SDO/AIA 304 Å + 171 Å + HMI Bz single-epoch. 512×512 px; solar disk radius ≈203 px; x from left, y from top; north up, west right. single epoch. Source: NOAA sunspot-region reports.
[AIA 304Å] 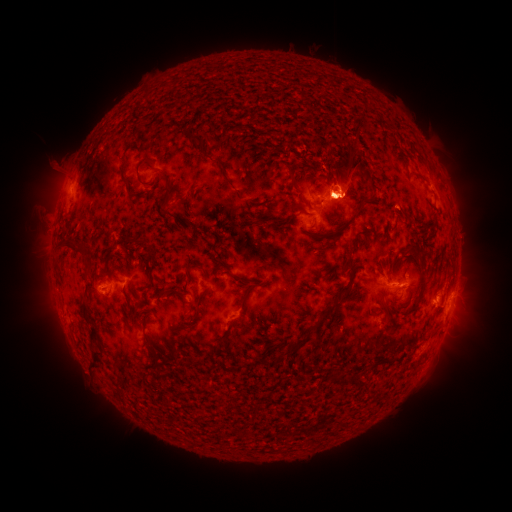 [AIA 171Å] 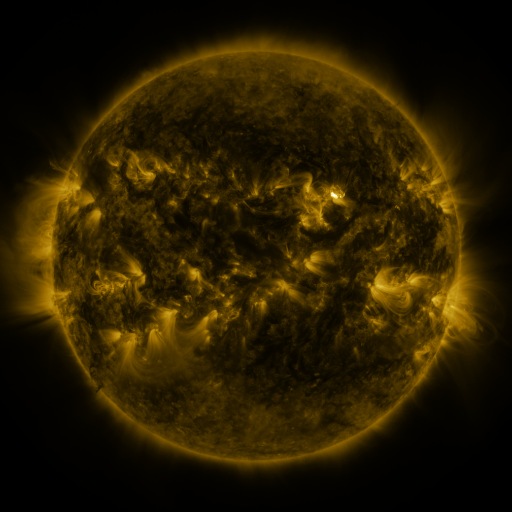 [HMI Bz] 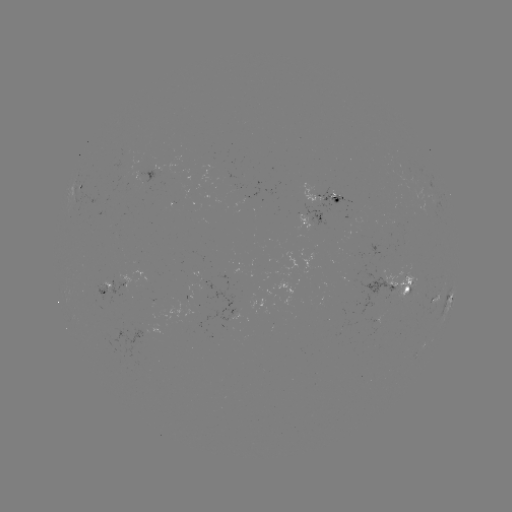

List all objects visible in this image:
spotted active region: (80, 190)
spotted active region: (324, 198)
spotted active region: (312, 222)
spotted active region: (397, 292)
spotted active region: (105, 293)
spotted active region: (450, 300)
spotted active region: (430, 346)
